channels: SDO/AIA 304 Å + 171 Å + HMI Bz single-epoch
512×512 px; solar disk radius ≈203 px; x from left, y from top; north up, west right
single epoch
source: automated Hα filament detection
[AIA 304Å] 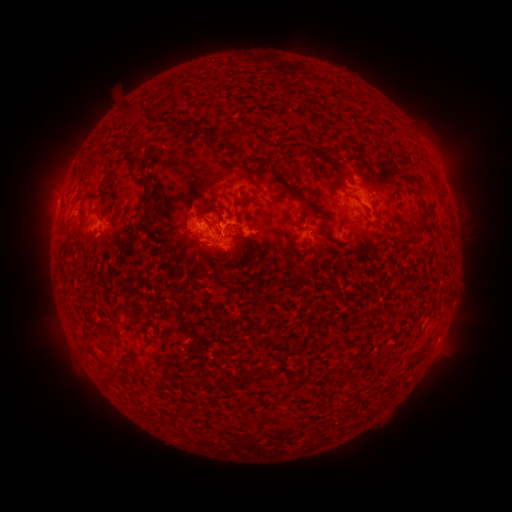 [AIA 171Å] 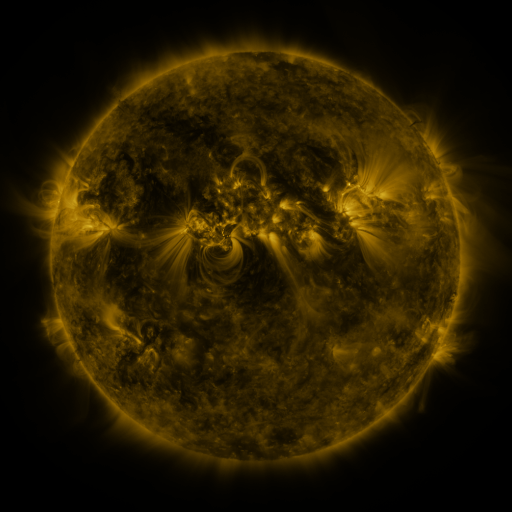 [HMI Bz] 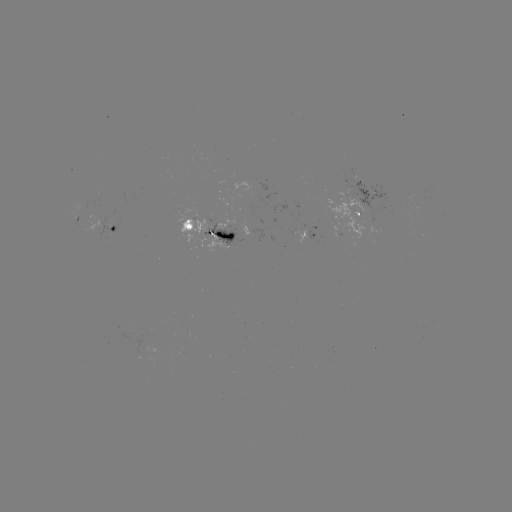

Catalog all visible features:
filament: (198, 125)
filament: (243, 128)
filament: (209, 141)
filament: (311, 156)
filament: (136, 158)
filament: (277, 171)
filament: (105, 181)
filament: (336, 184)
filament: (147, 201)
filament: (308, 201)
filament: (422, 201)
filament: (214, 210)
filament: (226, 227)
filament: (148, 229)
filament: (207, 238)
filament: (293, 241)
filament: (310, 245)
filament: (381, 249)
filament: (253, 254)
filament: (132, 285)
filament: (128, 360)
filament: (414, 362)
filament: (251, 373)
filament: (110, 376)
filament: (236, 378)
filament: (209, 384)
filament: (232, 423)
